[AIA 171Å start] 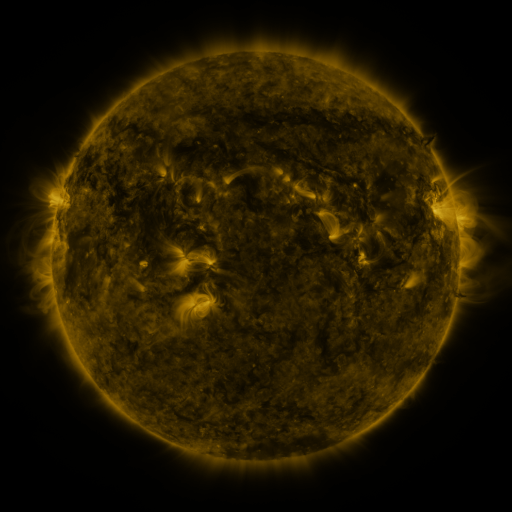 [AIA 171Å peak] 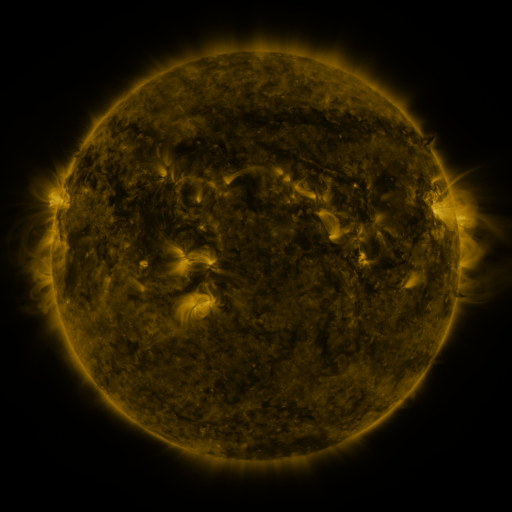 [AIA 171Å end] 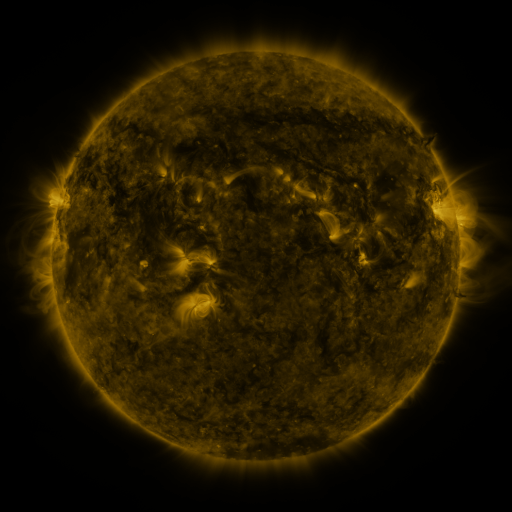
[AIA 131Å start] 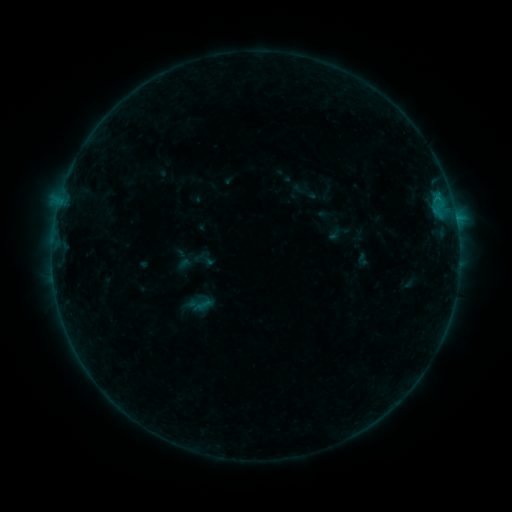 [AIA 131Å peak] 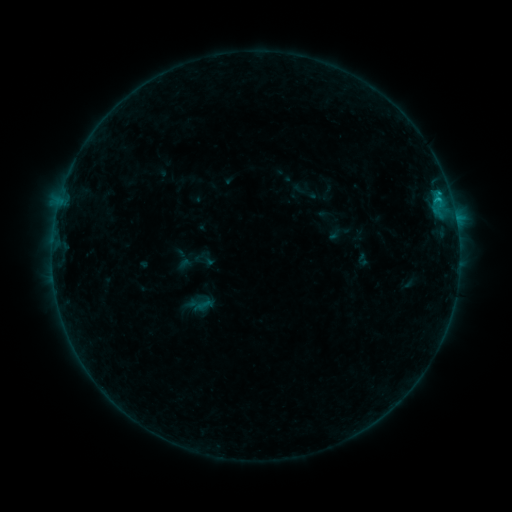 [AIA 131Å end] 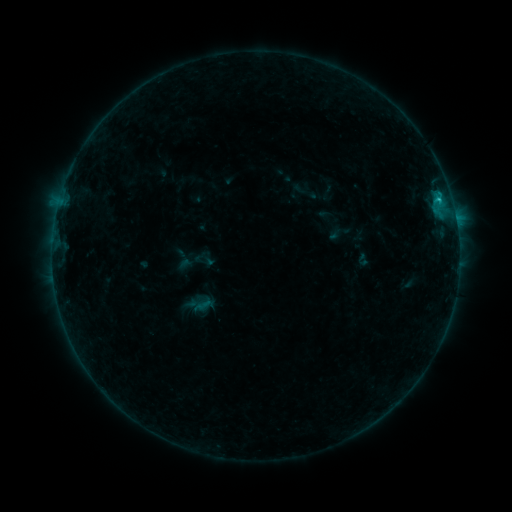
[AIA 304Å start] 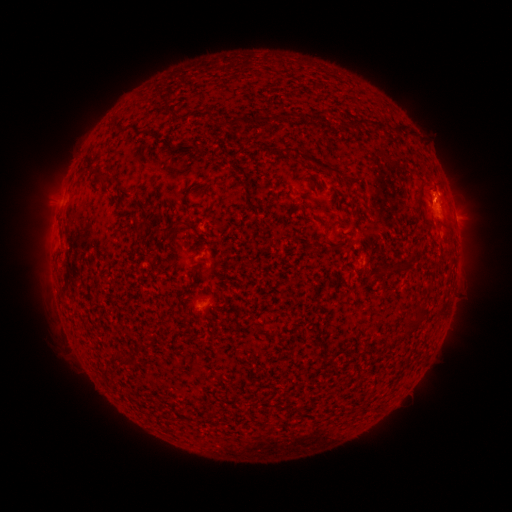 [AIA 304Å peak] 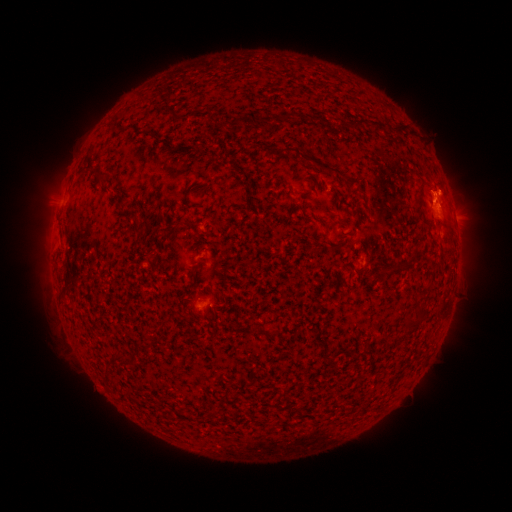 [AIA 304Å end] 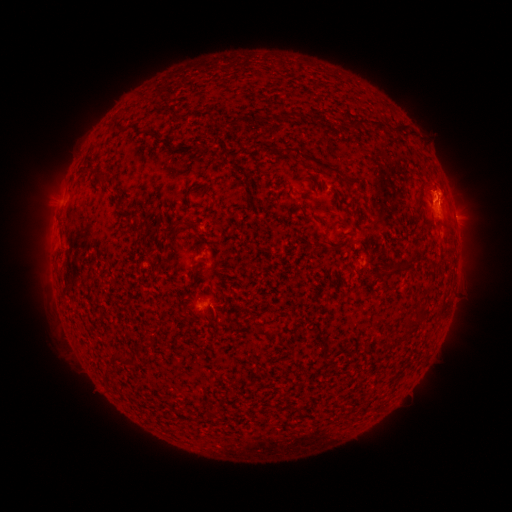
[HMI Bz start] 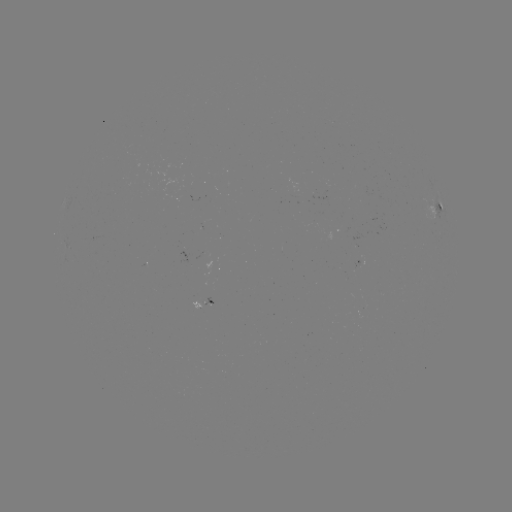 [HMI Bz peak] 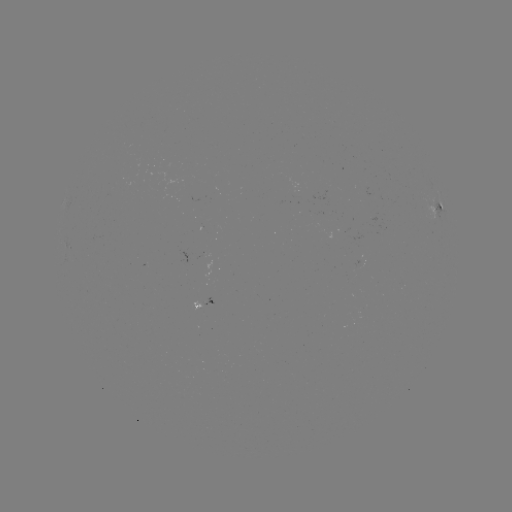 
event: flare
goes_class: B7.2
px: (438, 195)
